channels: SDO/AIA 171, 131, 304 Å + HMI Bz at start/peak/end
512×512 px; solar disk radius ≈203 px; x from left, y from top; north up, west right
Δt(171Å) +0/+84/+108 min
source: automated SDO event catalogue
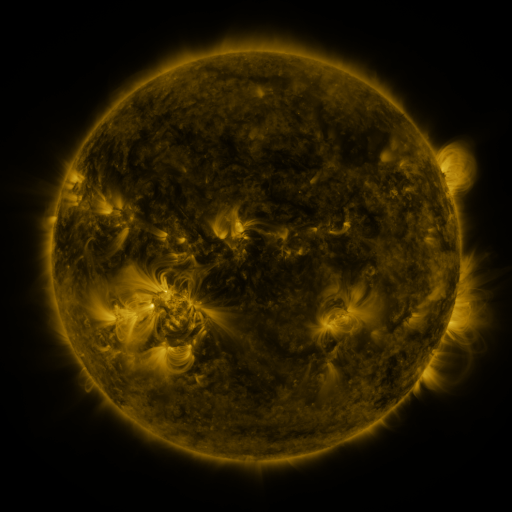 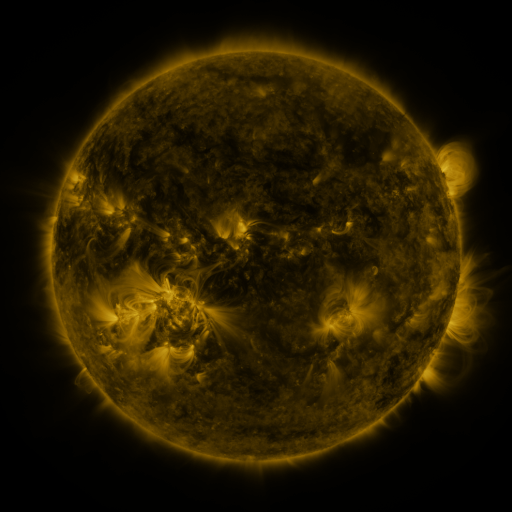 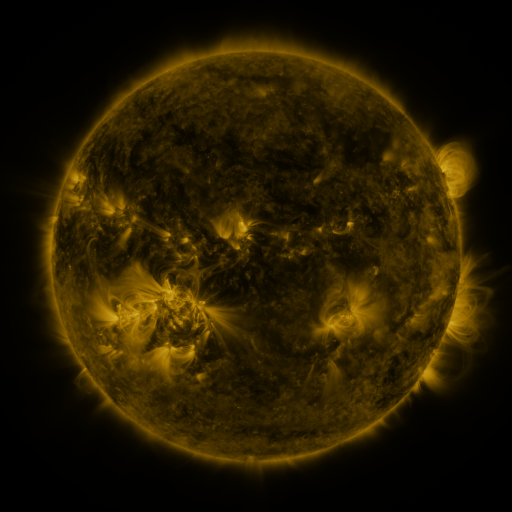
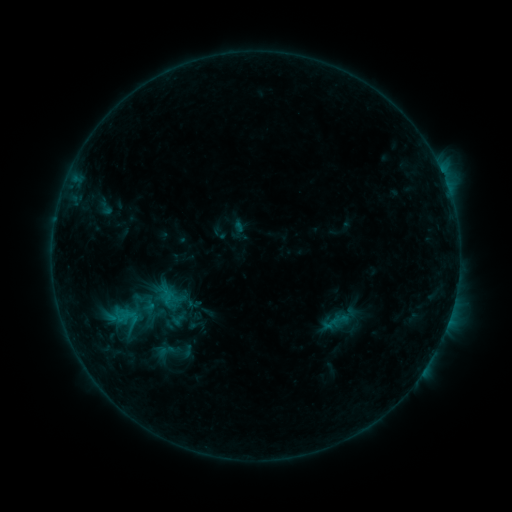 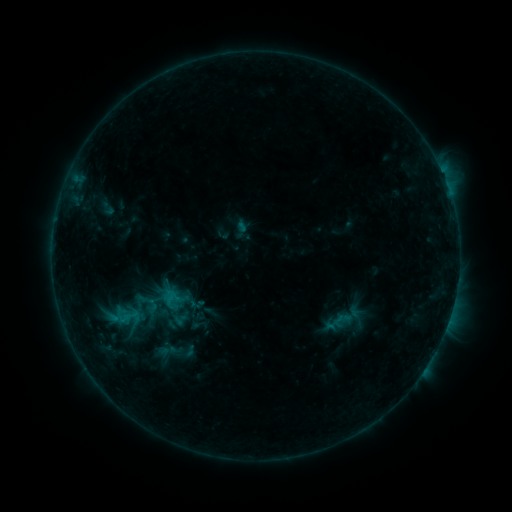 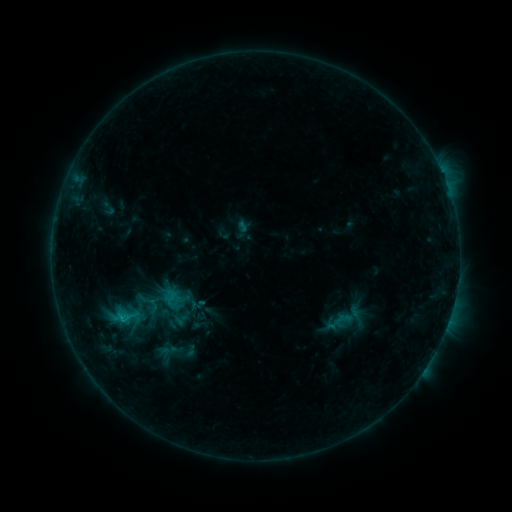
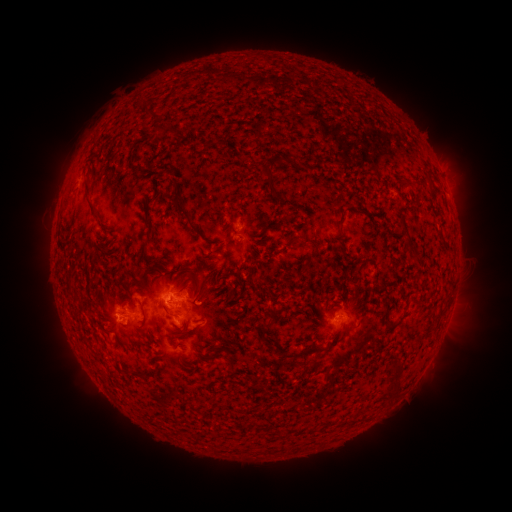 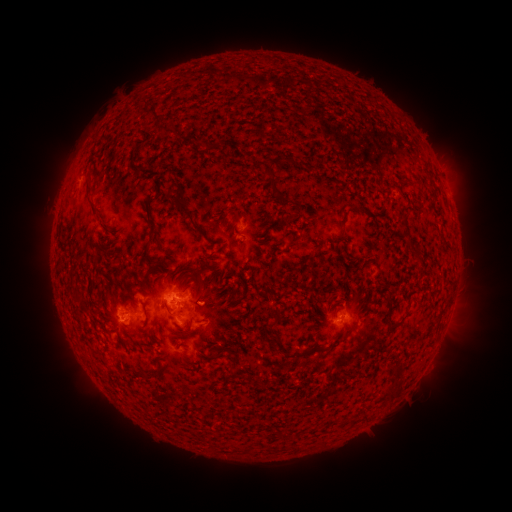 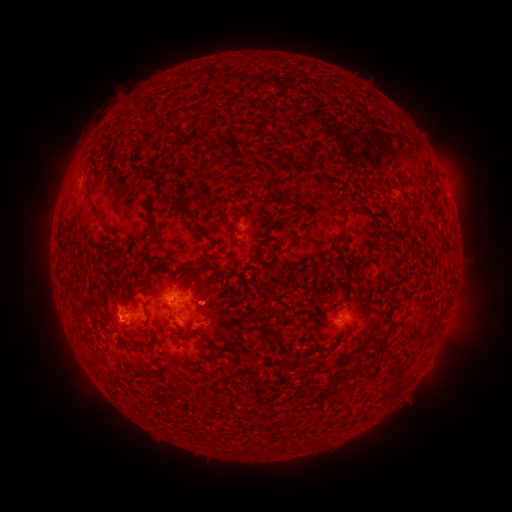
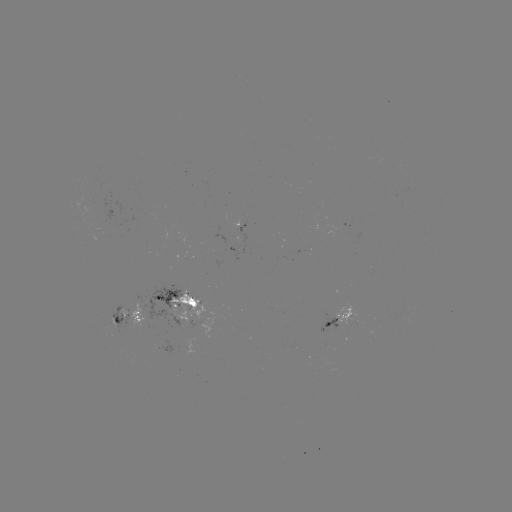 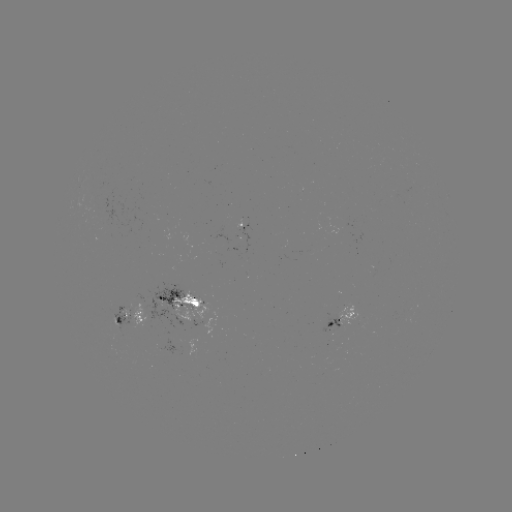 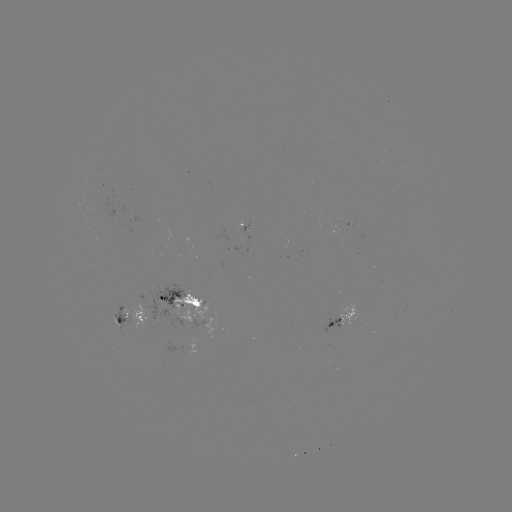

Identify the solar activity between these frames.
emerging-flux region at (241, 219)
